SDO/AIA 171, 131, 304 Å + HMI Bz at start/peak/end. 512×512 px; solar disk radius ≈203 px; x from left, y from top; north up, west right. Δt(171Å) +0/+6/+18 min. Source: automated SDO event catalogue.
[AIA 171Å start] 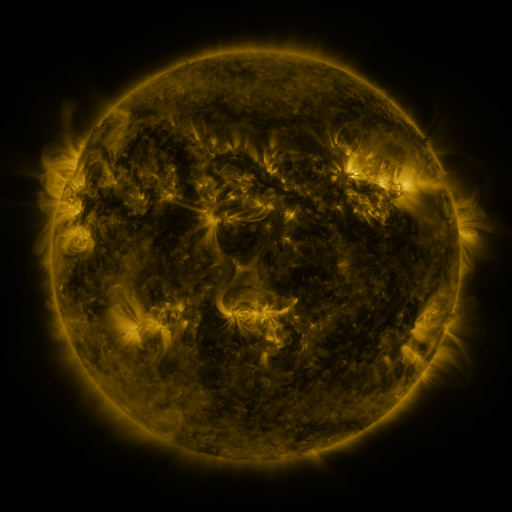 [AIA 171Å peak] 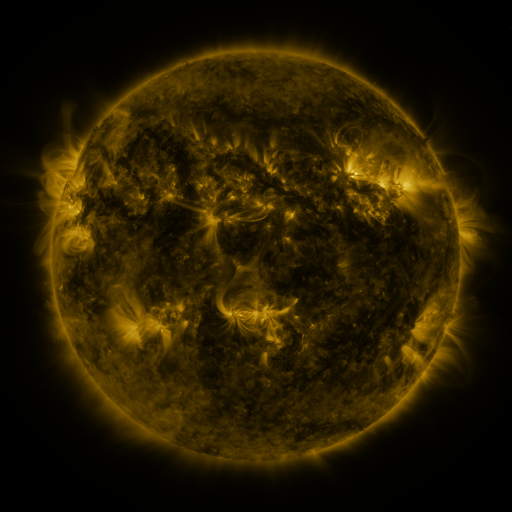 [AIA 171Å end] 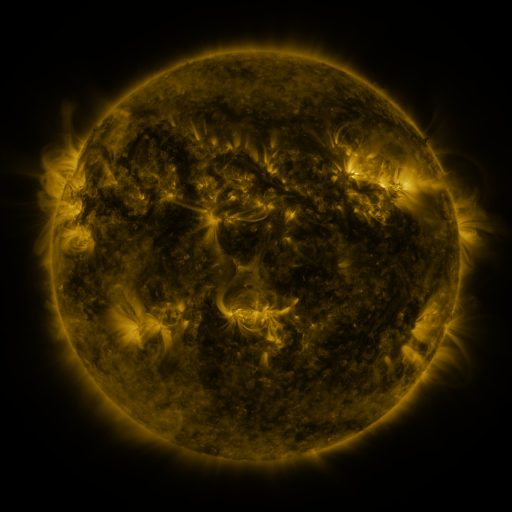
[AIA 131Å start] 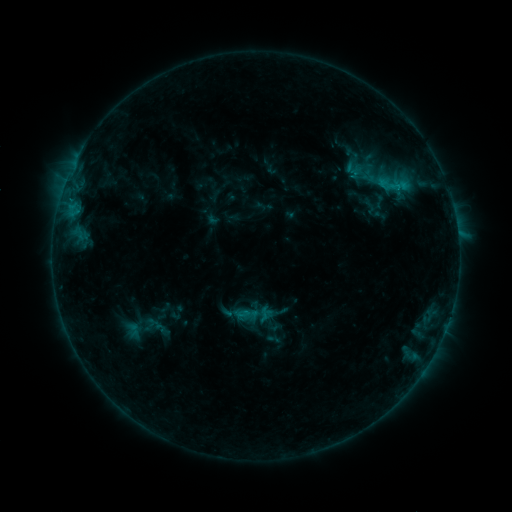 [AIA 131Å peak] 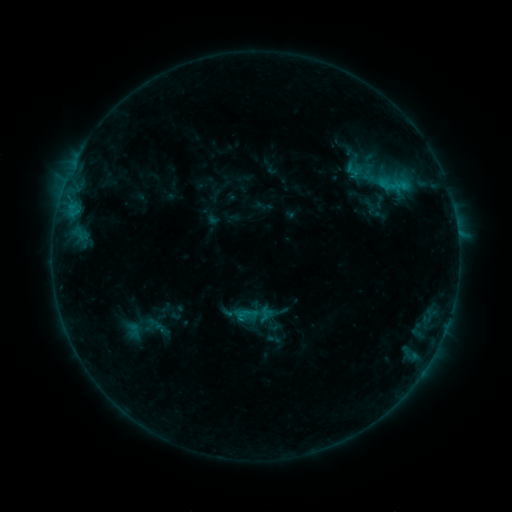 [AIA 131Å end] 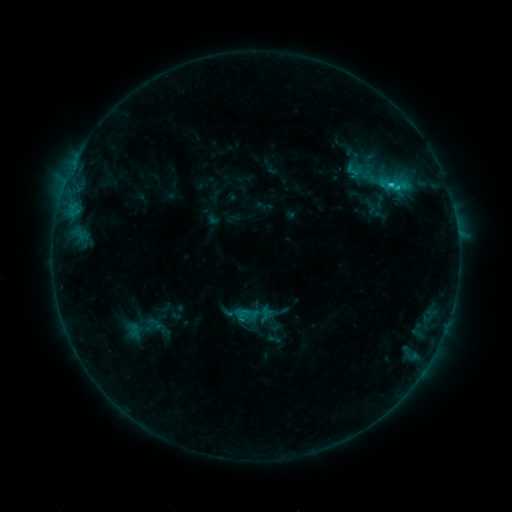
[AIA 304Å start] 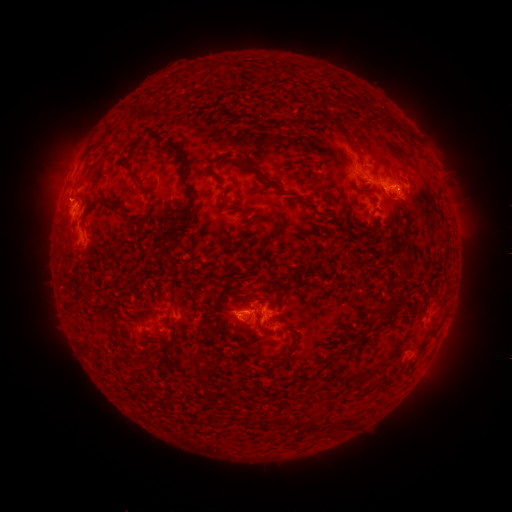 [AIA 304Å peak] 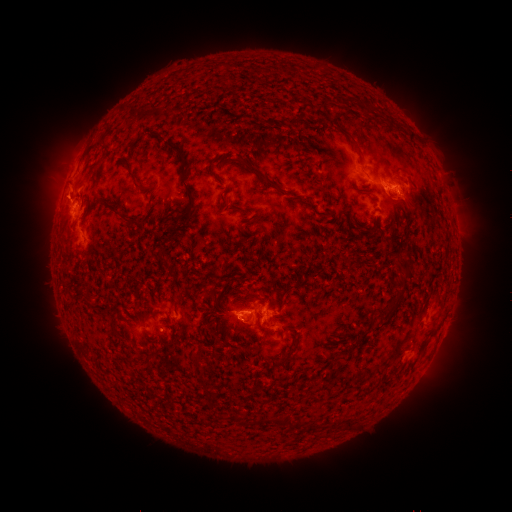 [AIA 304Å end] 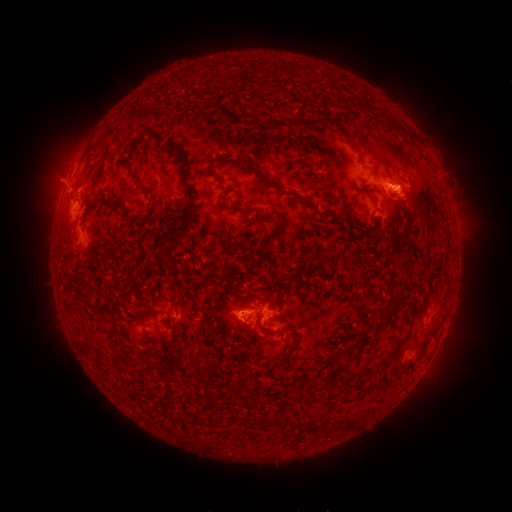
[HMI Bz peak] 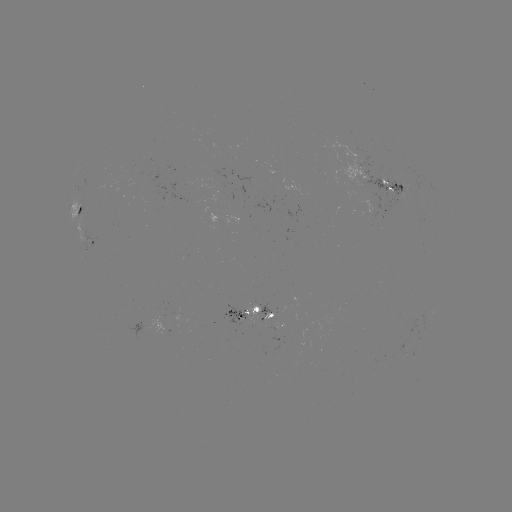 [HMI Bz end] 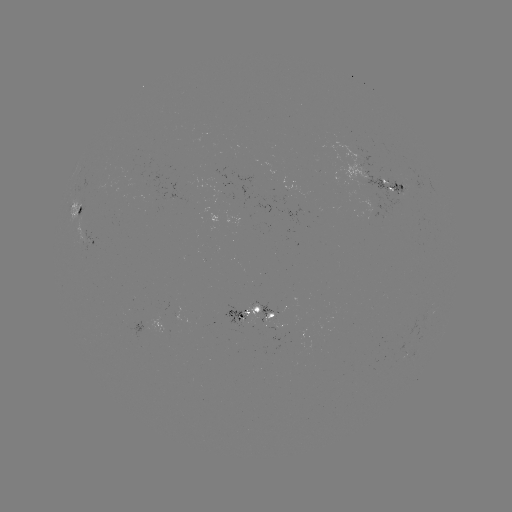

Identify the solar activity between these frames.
eruption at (58, 189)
